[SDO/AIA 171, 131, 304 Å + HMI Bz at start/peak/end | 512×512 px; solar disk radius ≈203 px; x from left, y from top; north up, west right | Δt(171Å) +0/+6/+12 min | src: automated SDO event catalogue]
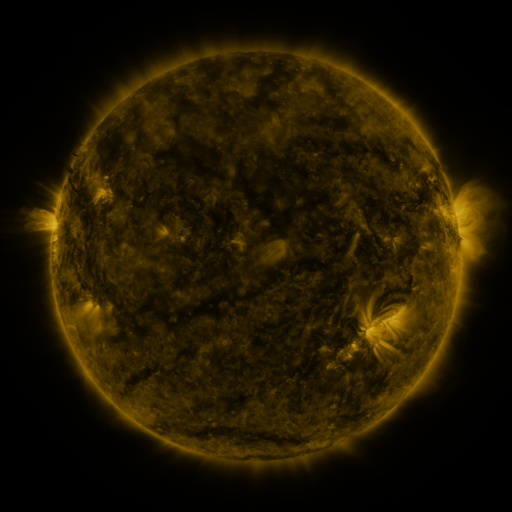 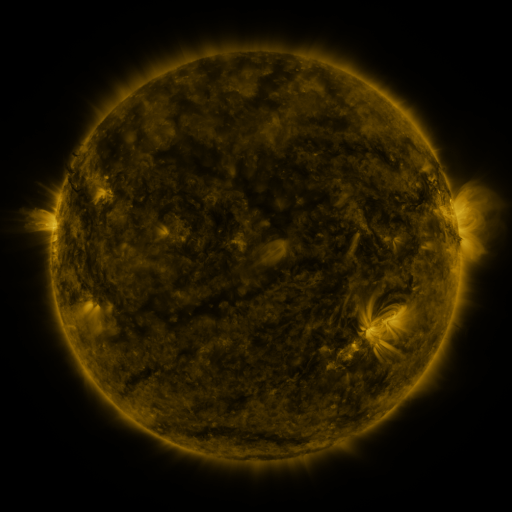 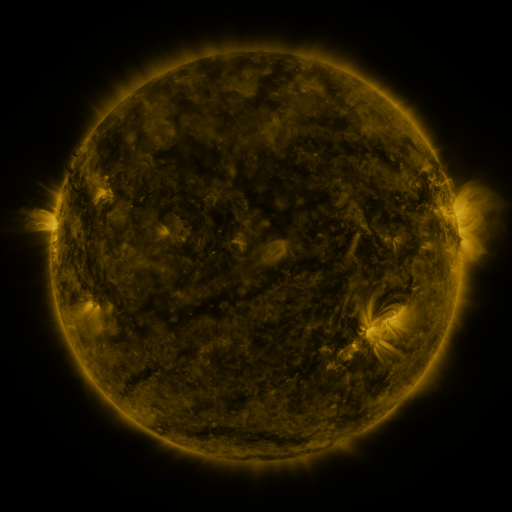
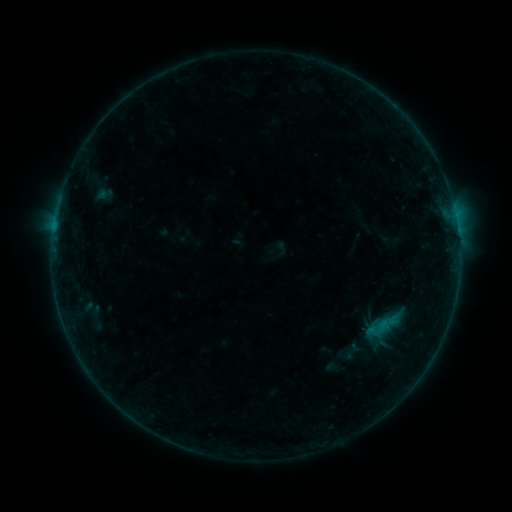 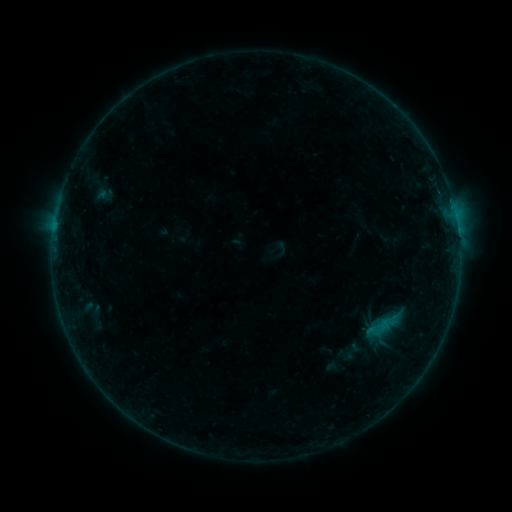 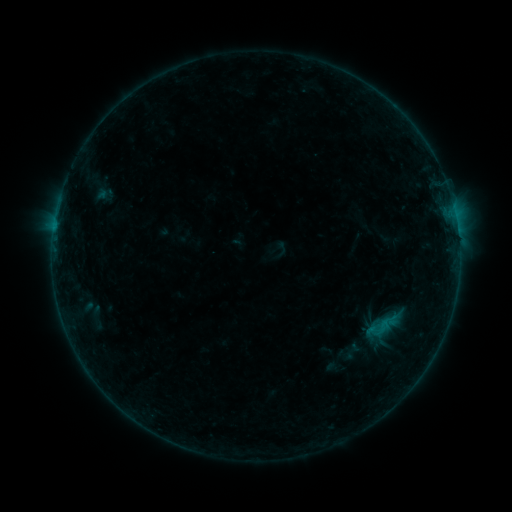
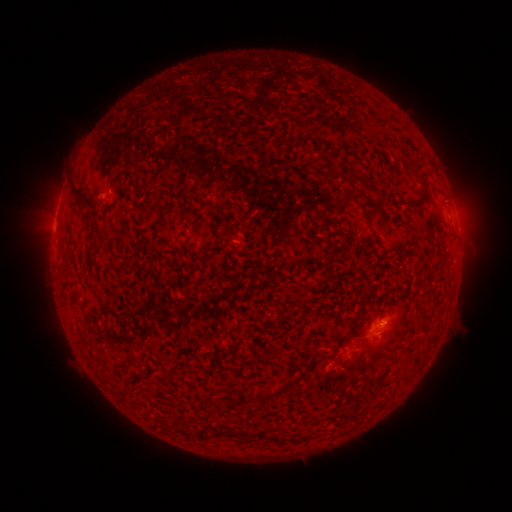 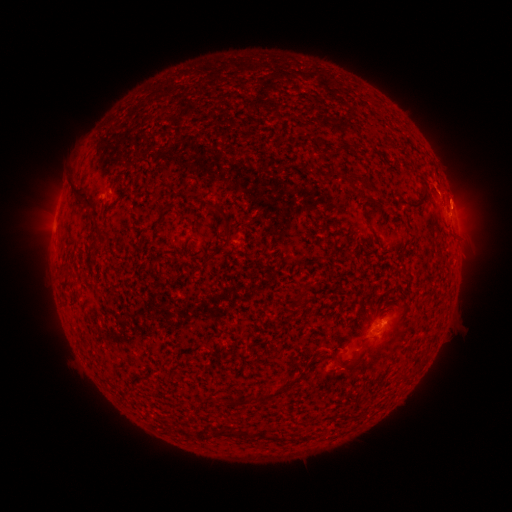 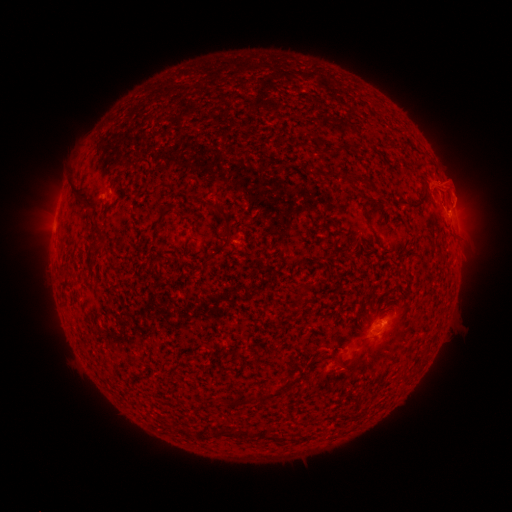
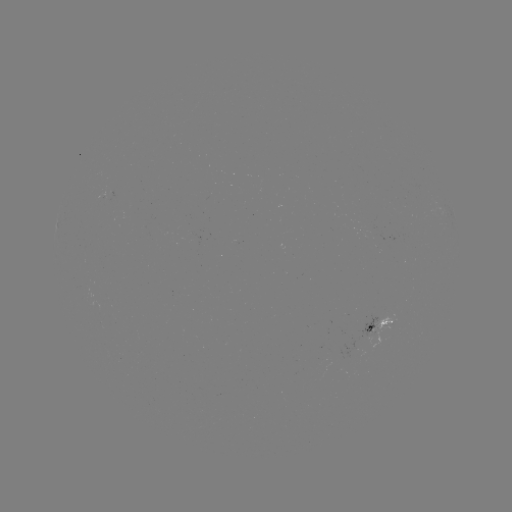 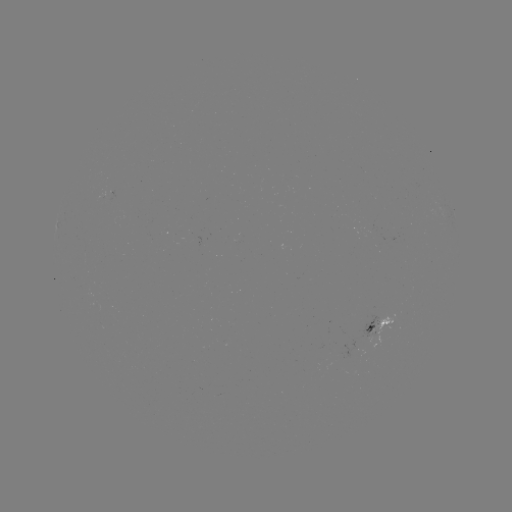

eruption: [408, 164, 484, 232]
